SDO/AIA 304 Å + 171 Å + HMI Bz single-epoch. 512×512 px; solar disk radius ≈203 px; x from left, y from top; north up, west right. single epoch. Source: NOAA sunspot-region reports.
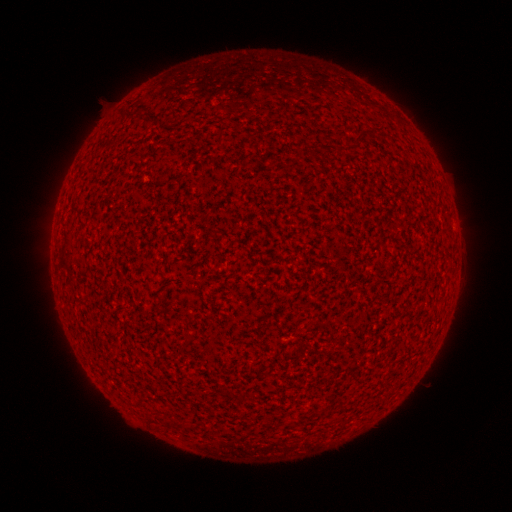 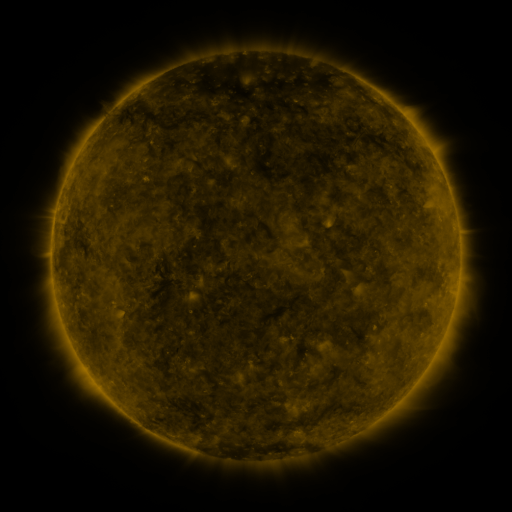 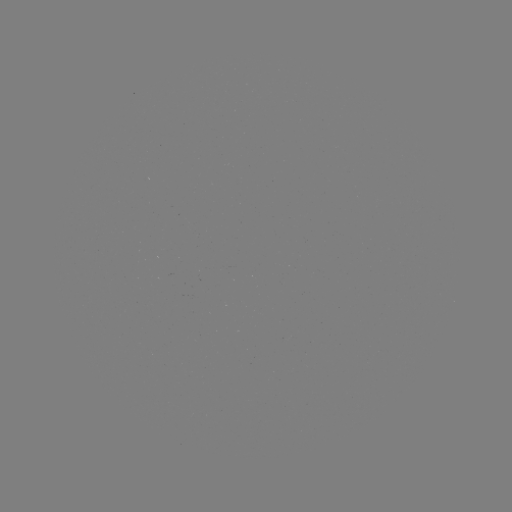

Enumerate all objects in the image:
(none)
